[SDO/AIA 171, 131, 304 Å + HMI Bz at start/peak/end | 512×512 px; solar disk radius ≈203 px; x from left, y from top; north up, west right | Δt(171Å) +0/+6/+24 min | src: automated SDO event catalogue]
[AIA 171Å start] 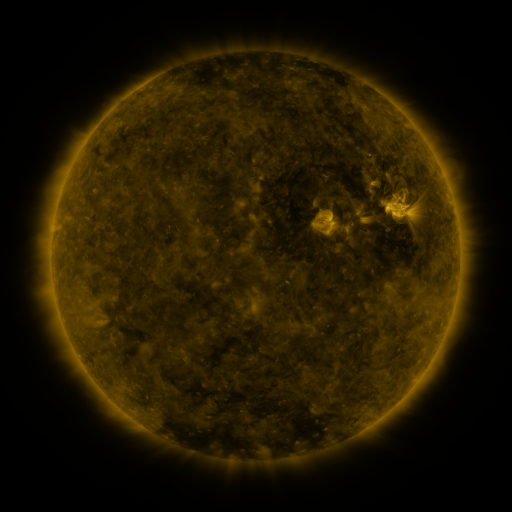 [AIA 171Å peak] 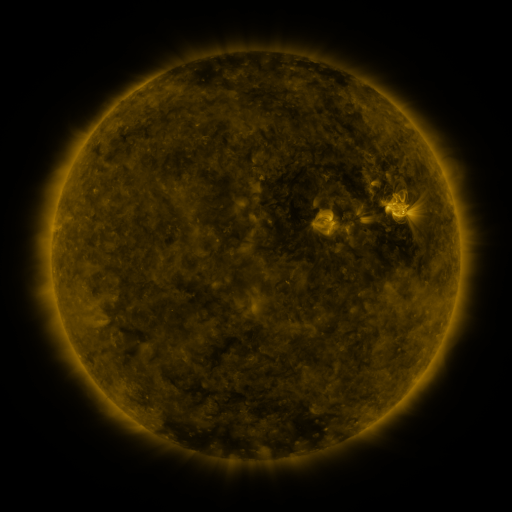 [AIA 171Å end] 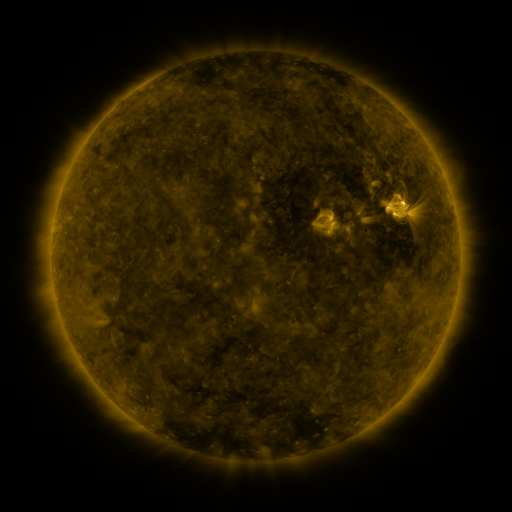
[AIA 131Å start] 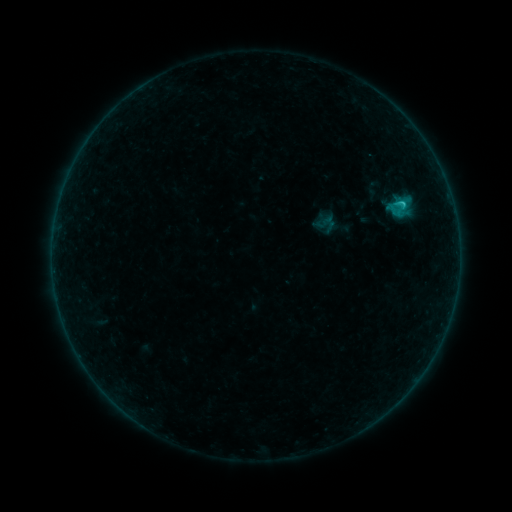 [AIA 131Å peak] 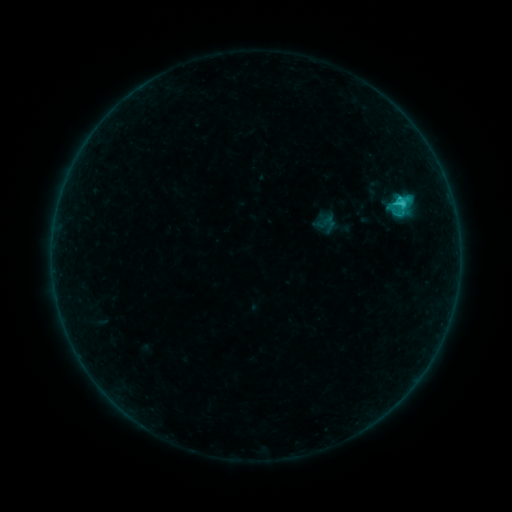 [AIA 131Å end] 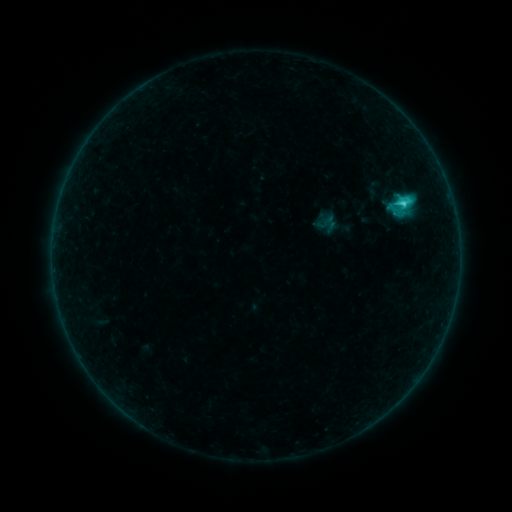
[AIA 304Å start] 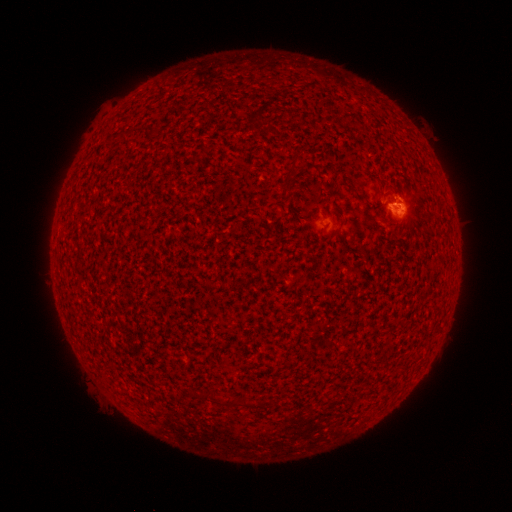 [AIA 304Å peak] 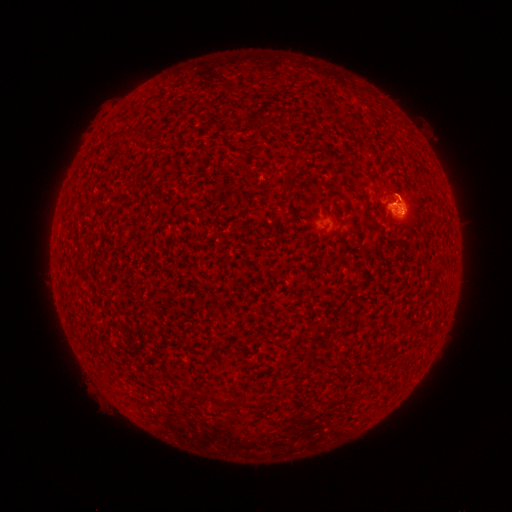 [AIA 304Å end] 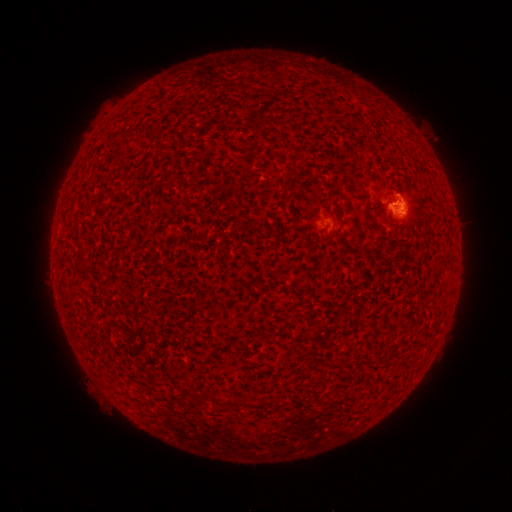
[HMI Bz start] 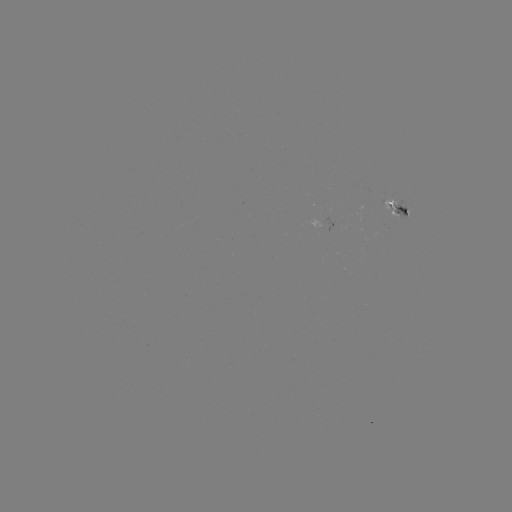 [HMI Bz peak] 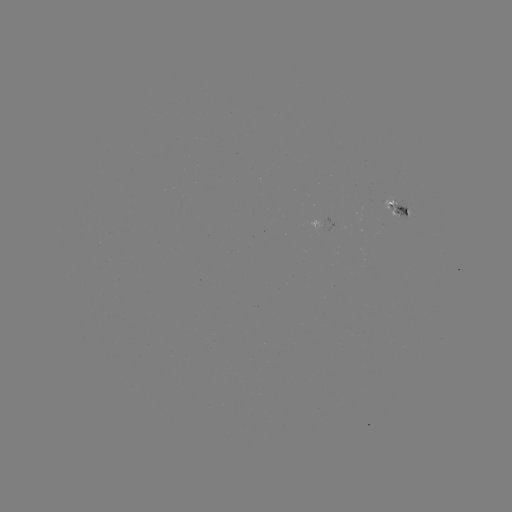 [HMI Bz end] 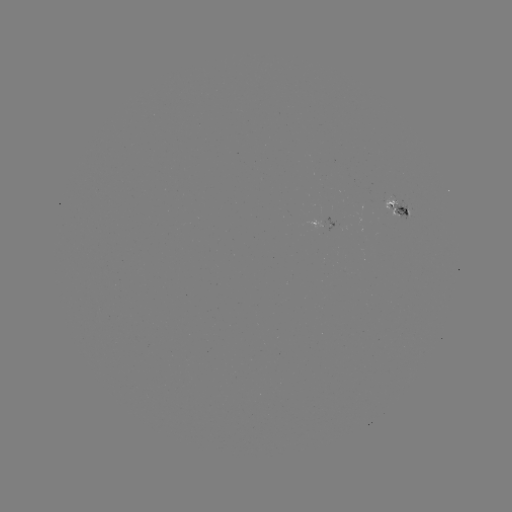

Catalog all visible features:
C2.6 flare: (399, 200)
